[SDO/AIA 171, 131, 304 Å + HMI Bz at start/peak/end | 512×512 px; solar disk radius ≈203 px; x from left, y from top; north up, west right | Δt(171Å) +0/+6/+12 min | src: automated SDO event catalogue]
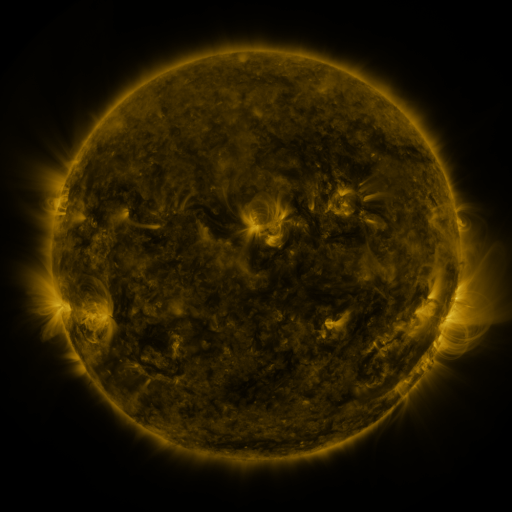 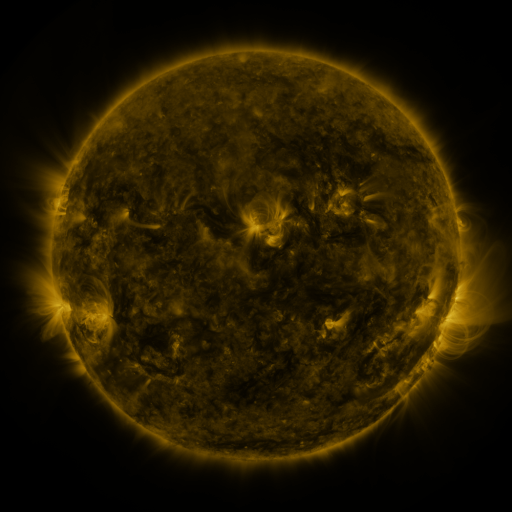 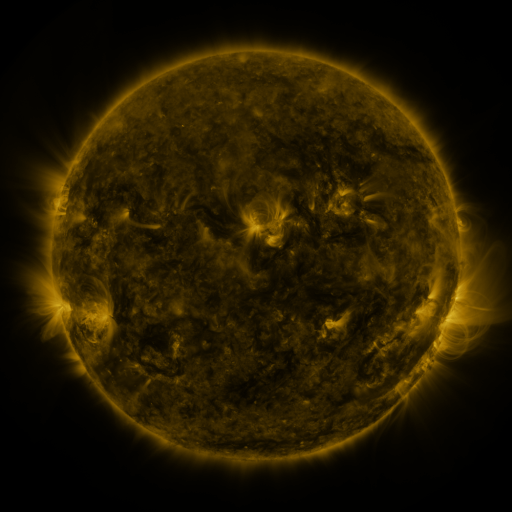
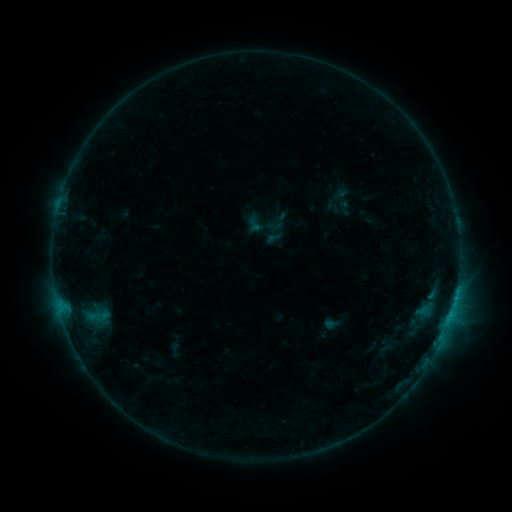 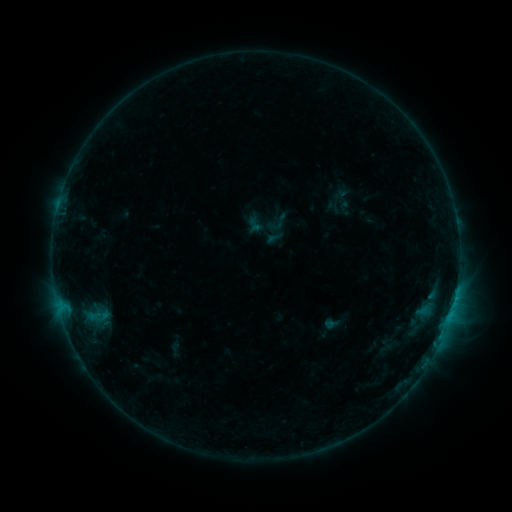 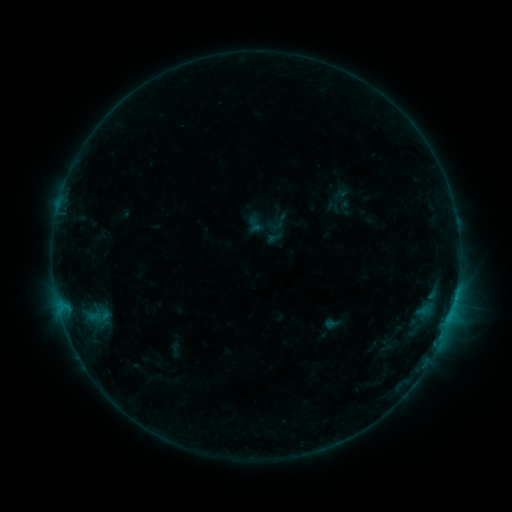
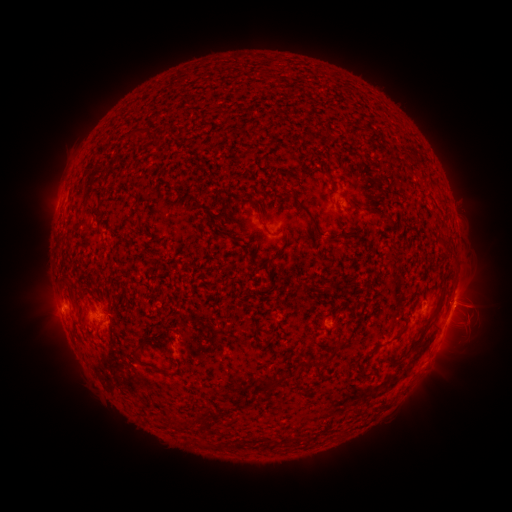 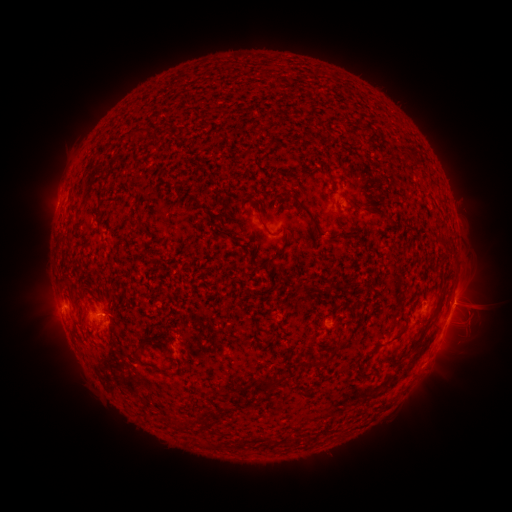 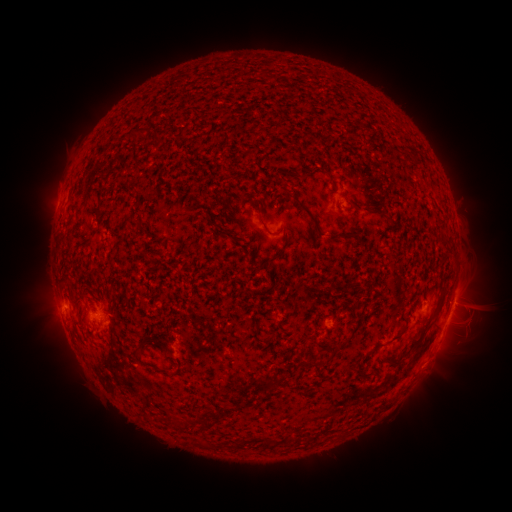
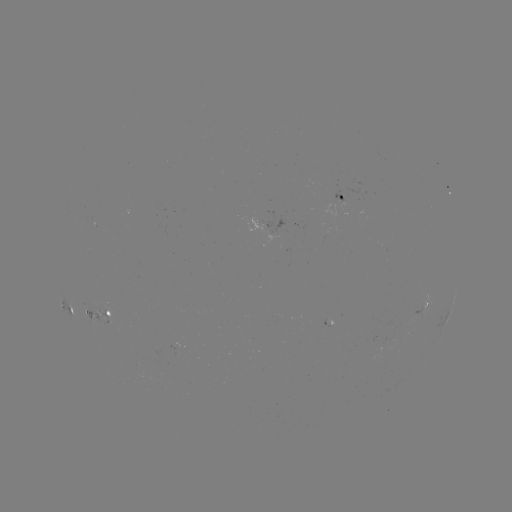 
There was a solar flare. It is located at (105, 314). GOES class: B6.4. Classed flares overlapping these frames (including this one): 1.